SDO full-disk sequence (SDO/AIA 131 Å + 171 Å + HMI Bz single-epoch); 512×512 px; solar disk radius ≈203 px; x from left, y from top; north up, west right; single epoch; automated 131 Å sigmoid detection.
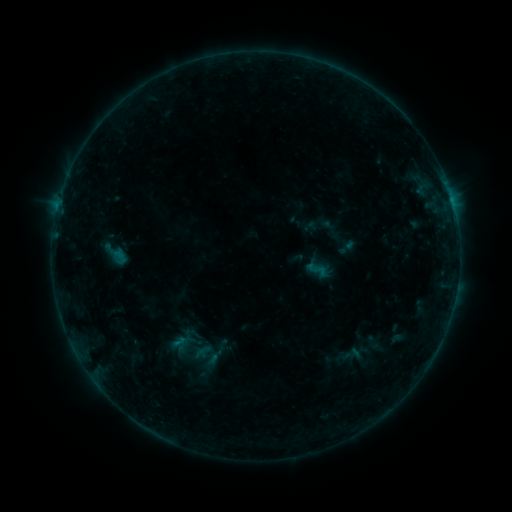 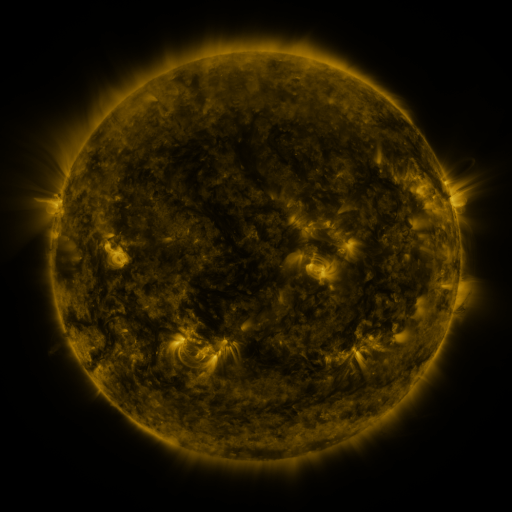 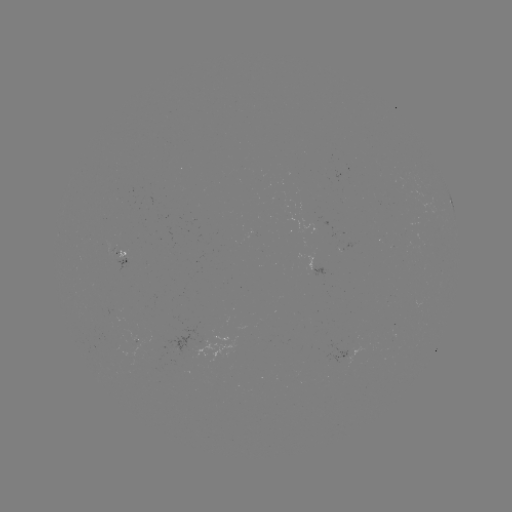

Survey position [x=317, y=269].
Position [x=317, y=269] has sigmoid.